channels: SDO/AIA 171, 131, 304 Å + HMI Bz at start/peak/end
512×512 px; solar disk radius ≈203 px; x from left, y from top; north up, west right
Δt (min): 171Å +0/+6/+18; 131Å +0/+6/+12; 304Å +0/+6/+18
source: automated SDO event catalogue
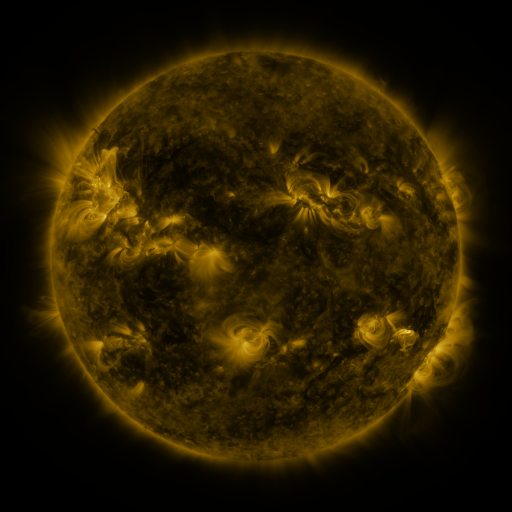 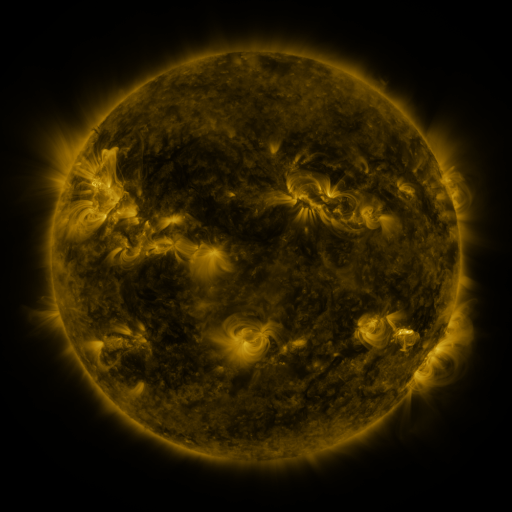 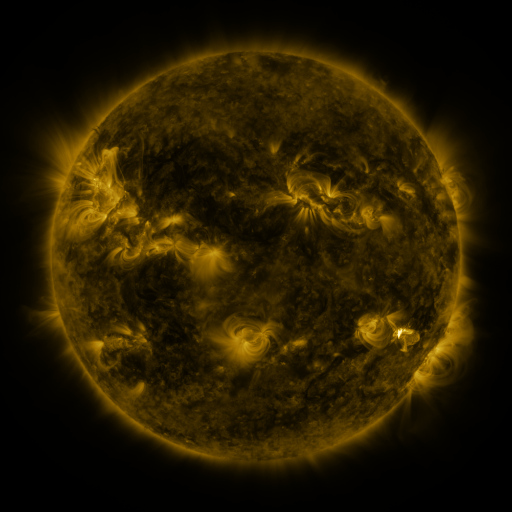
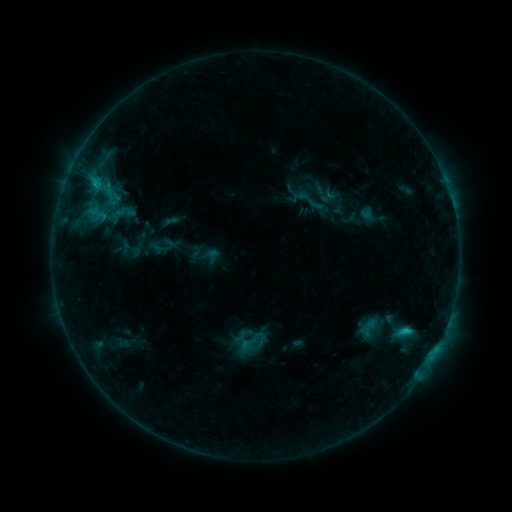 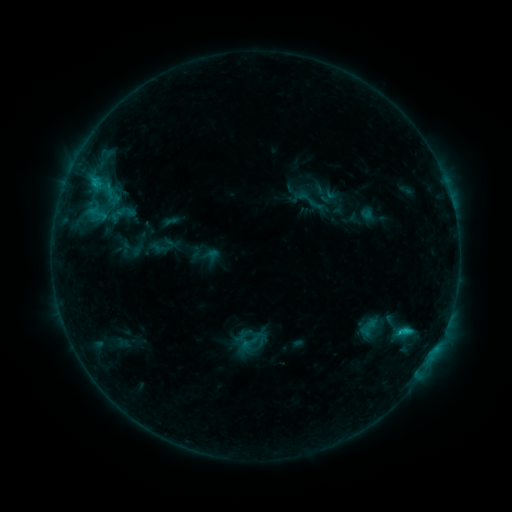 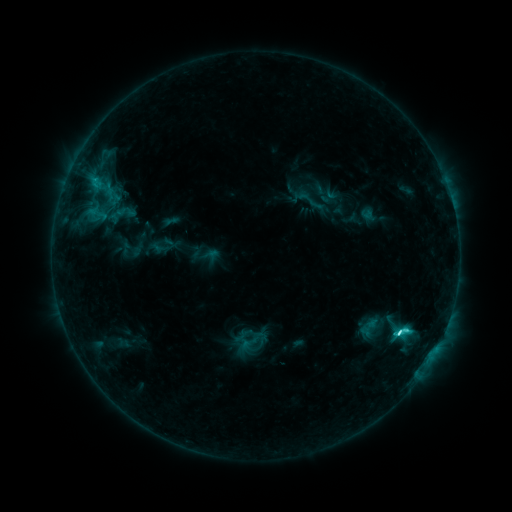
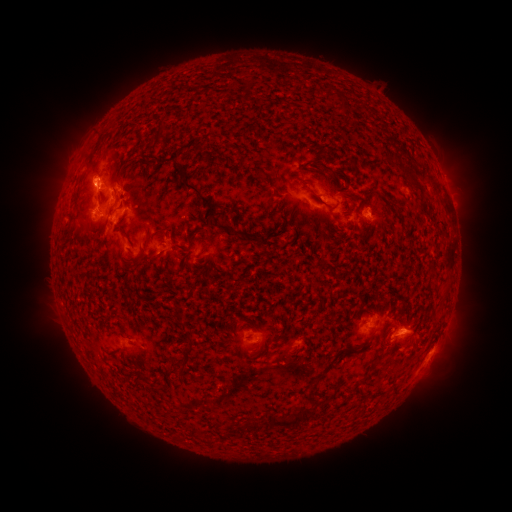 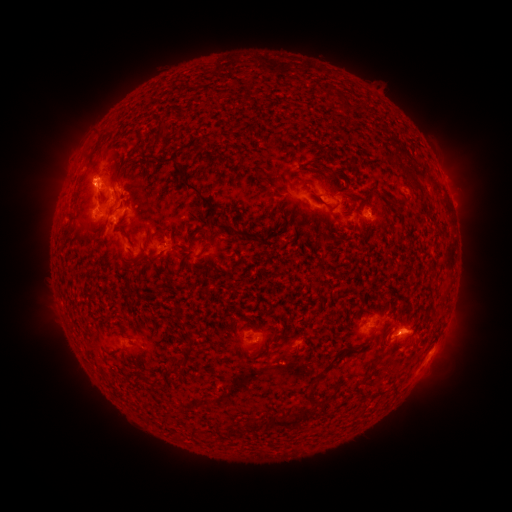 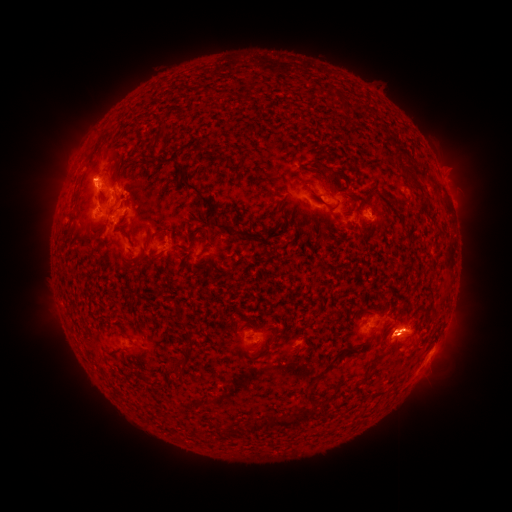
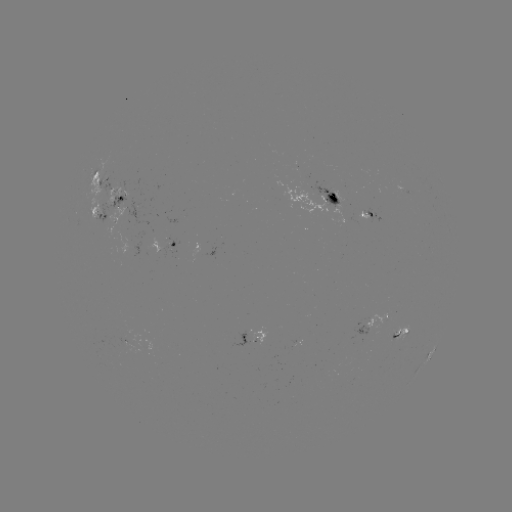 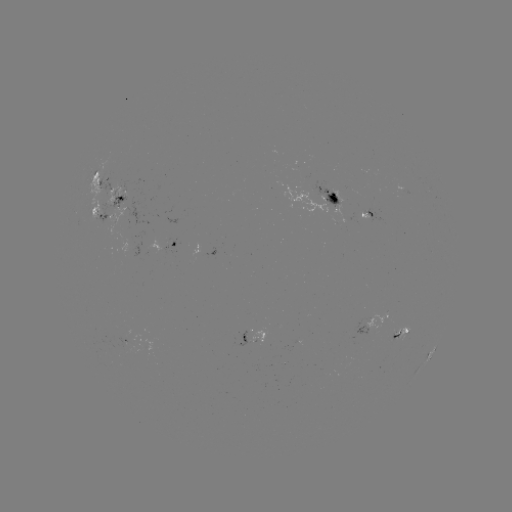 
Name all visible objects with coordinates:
C9.2 flare: (398, 331)
